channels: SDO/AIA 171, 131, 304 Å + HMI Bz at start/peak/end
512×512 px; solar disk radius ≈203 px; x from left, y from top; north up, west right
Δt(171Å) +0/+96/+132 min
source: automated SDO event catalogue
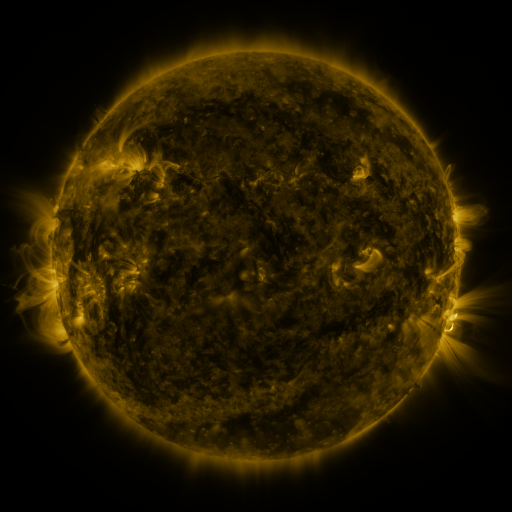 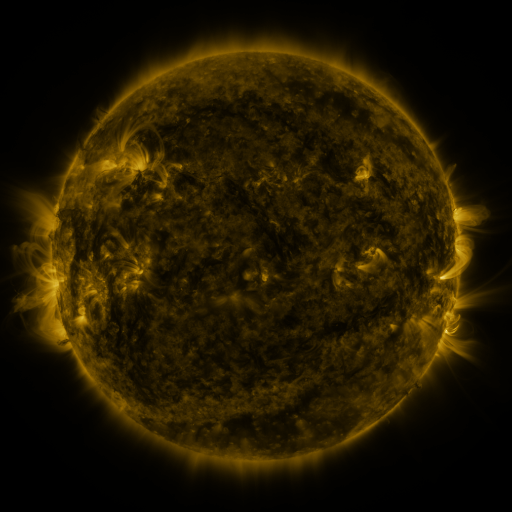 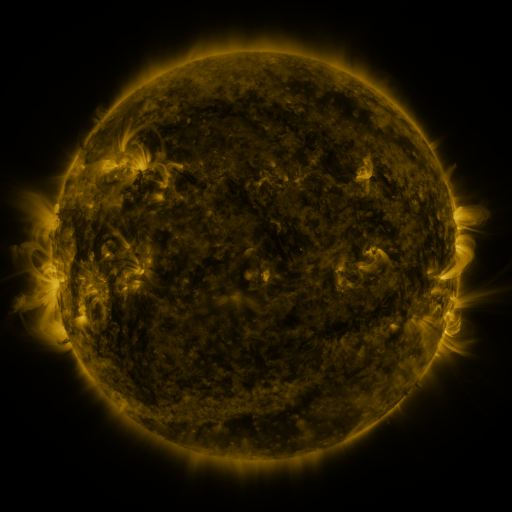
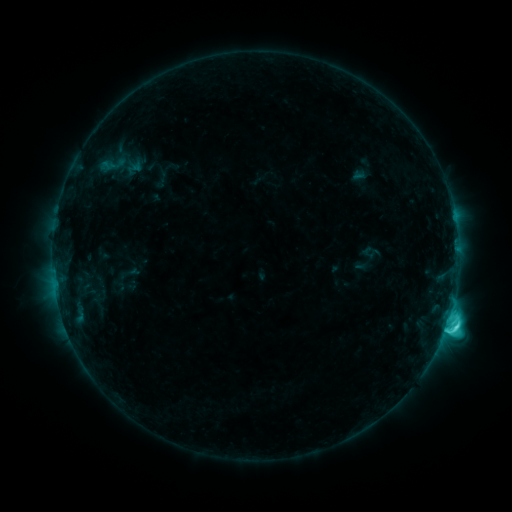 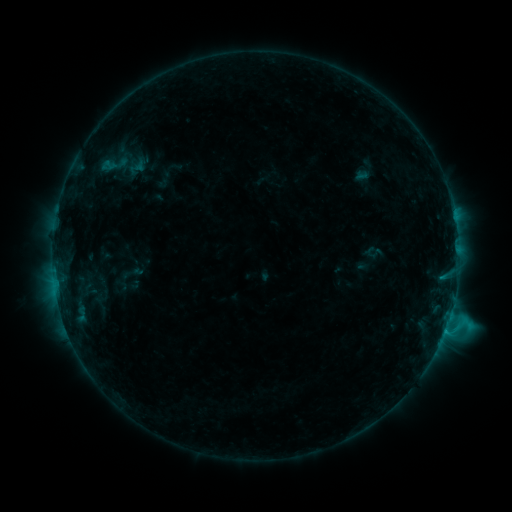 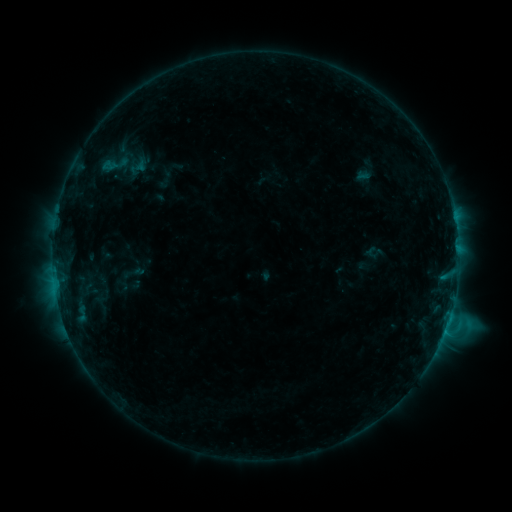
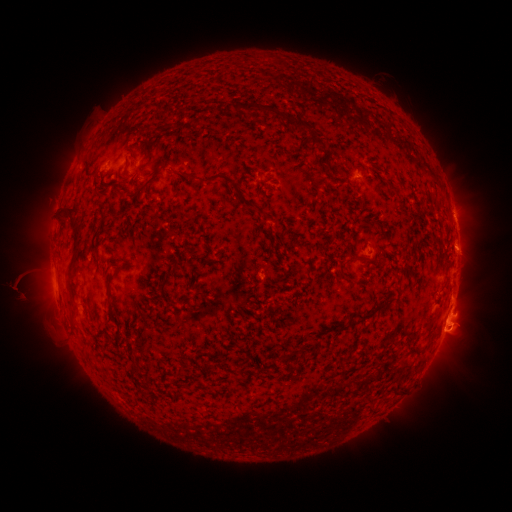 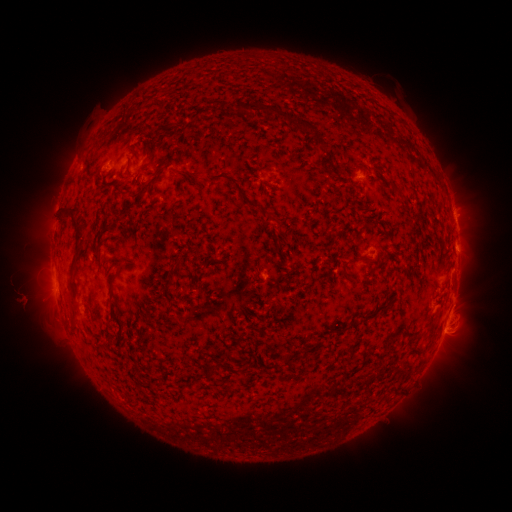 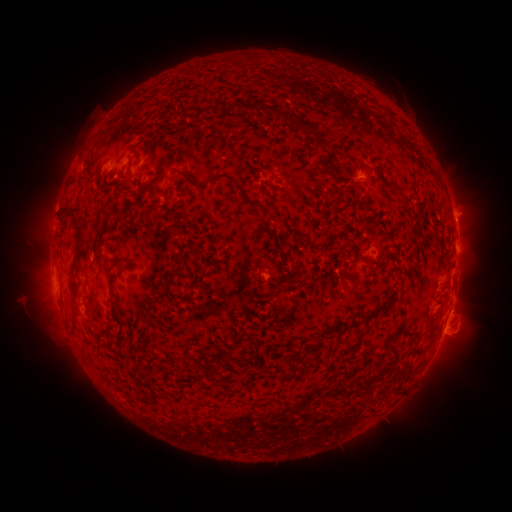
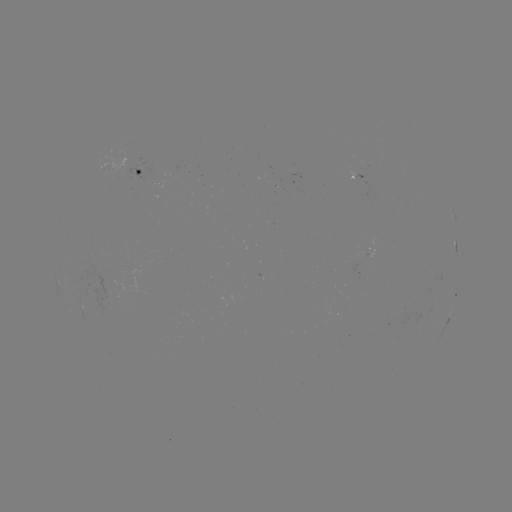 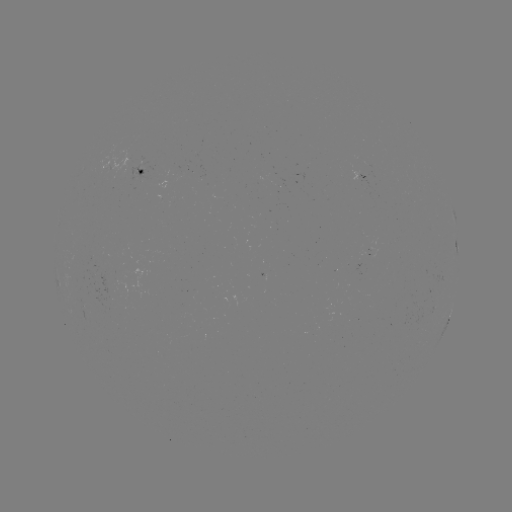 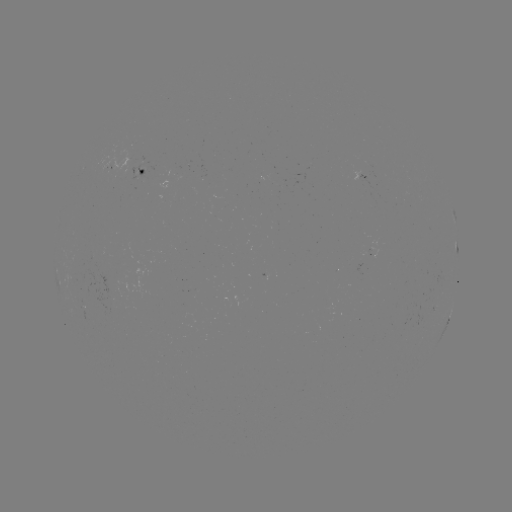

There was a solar emerging-flux region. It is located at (91, 257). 